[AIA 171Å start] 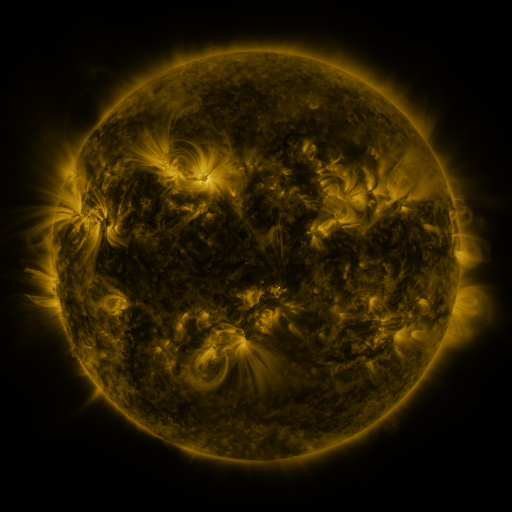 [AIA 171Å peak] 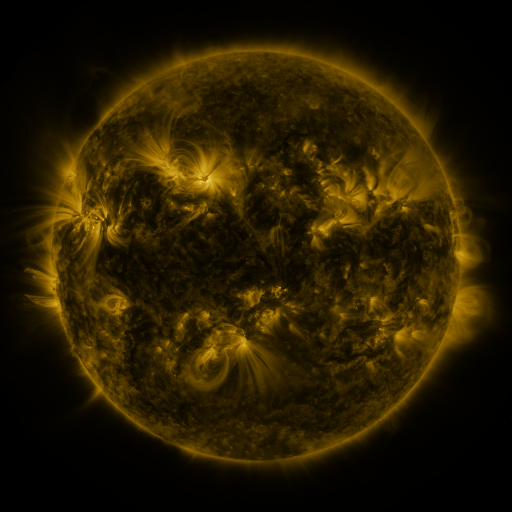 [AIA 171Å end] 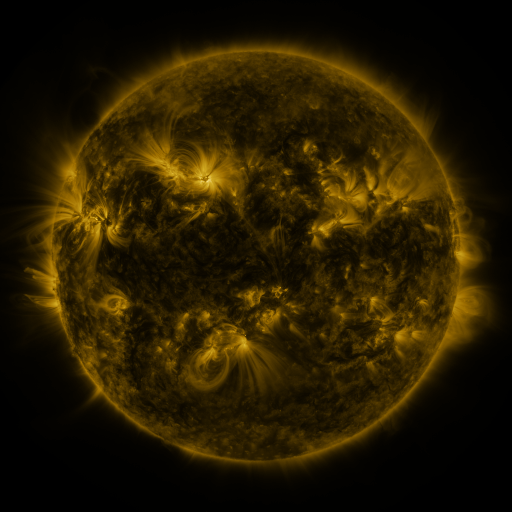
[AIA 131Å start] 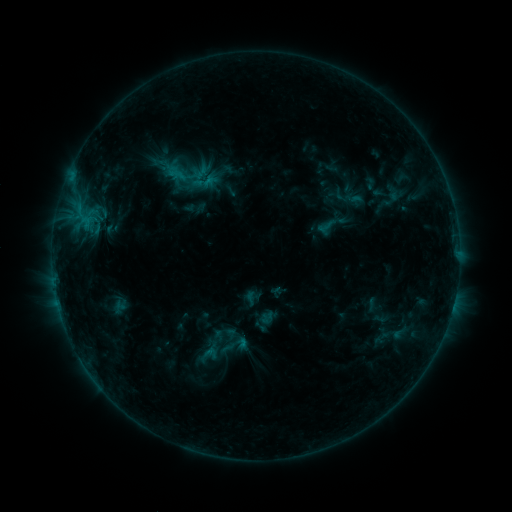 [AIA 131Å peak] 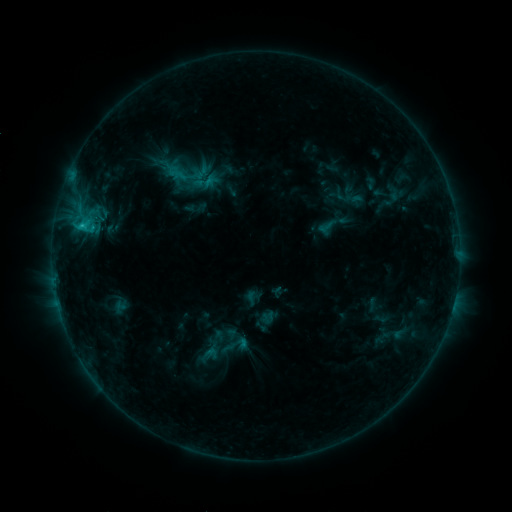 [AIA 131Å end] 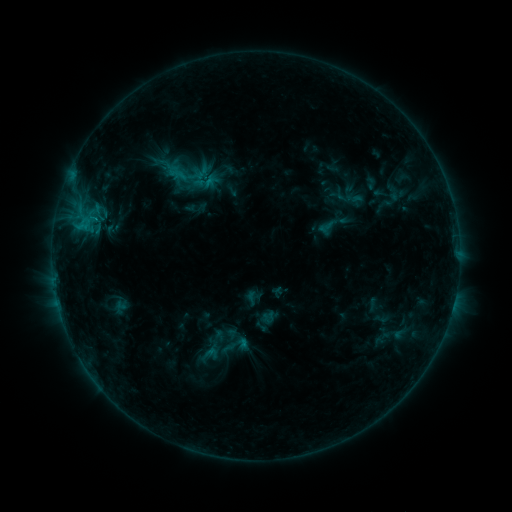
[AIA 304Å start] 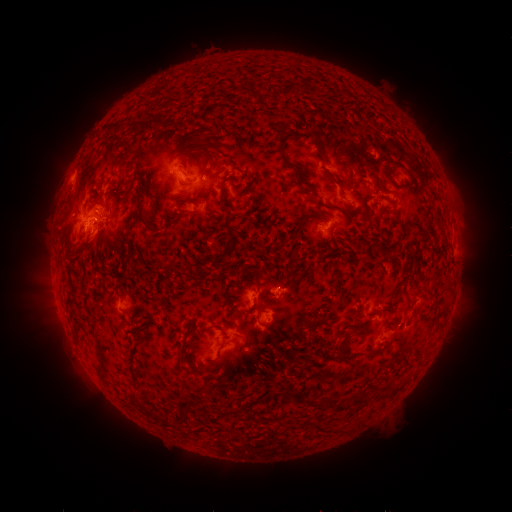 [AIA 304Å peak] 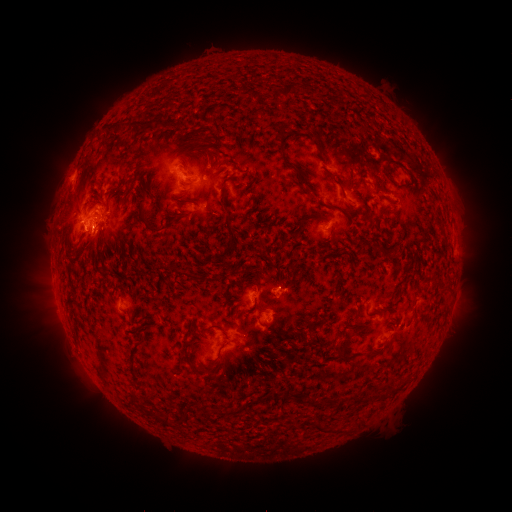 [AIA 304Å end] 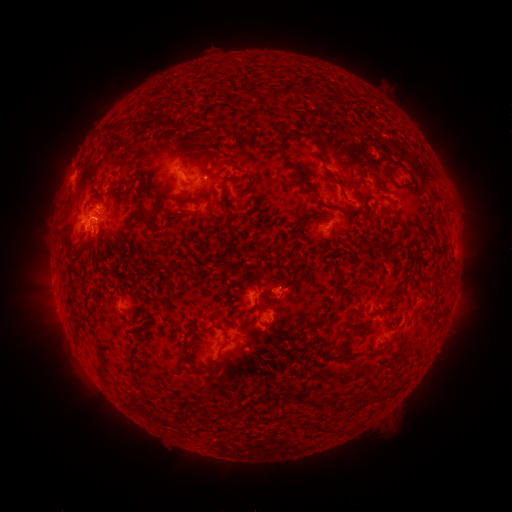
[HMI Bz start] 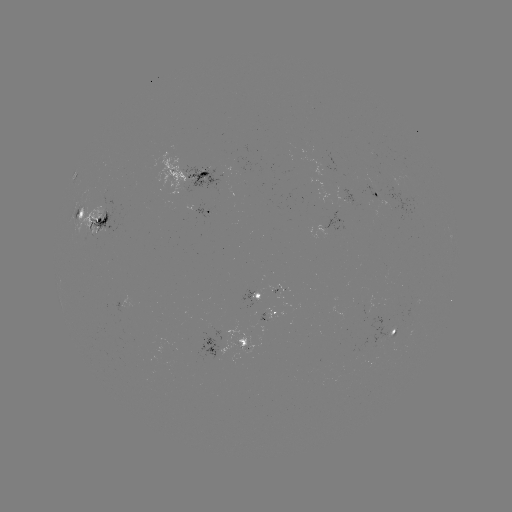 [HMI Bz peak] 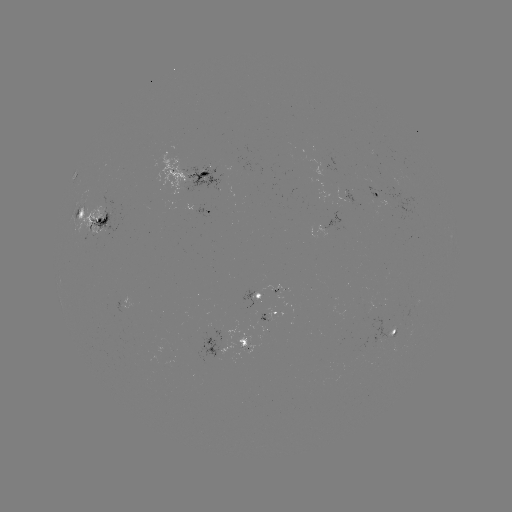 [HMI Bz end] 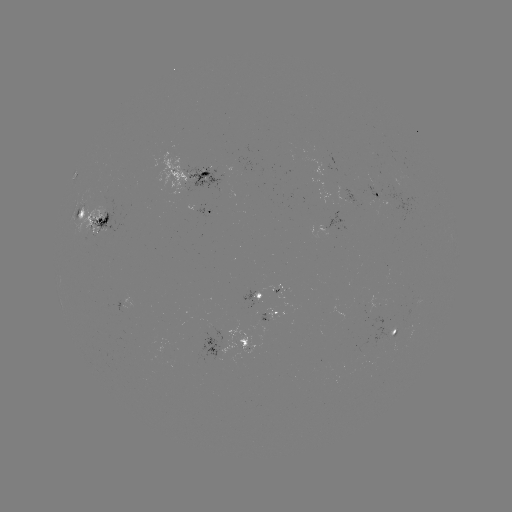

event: flare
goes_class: C1.5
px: (84, 227)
